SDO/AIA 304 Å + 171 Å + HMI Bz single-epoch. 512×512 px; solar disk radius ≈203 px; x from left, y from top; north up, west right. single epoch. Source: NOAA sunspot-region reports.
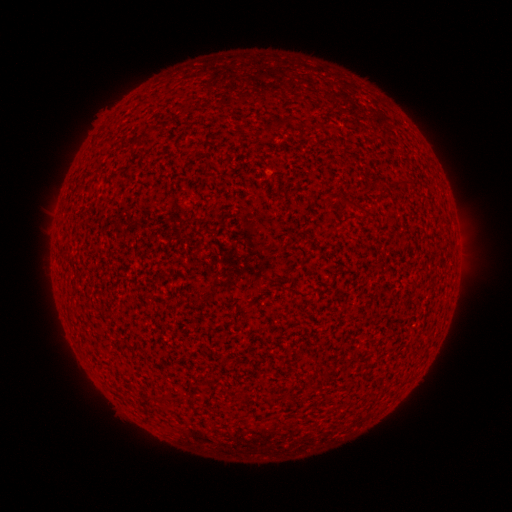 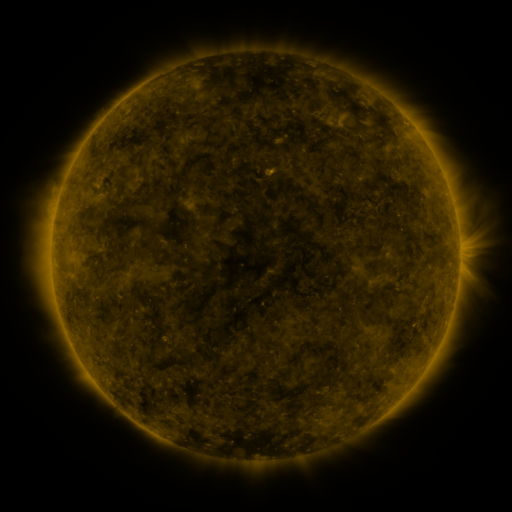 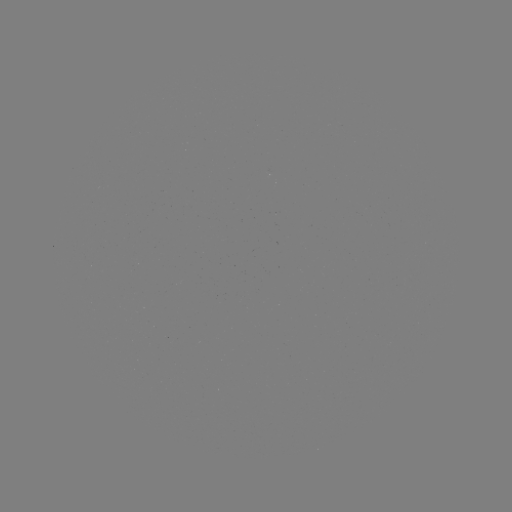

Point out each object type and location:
(none)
